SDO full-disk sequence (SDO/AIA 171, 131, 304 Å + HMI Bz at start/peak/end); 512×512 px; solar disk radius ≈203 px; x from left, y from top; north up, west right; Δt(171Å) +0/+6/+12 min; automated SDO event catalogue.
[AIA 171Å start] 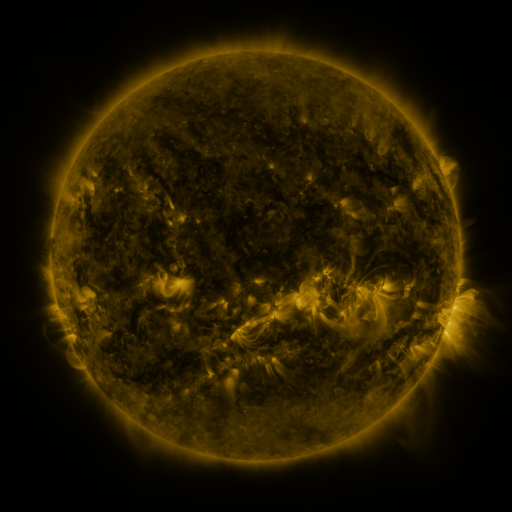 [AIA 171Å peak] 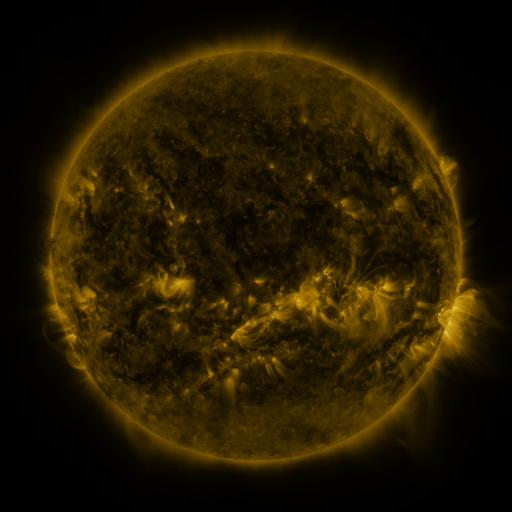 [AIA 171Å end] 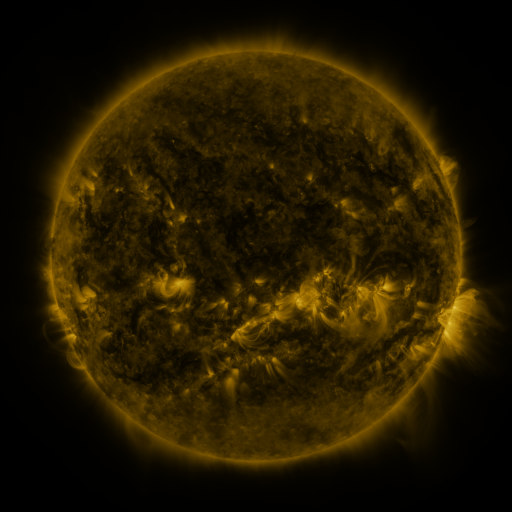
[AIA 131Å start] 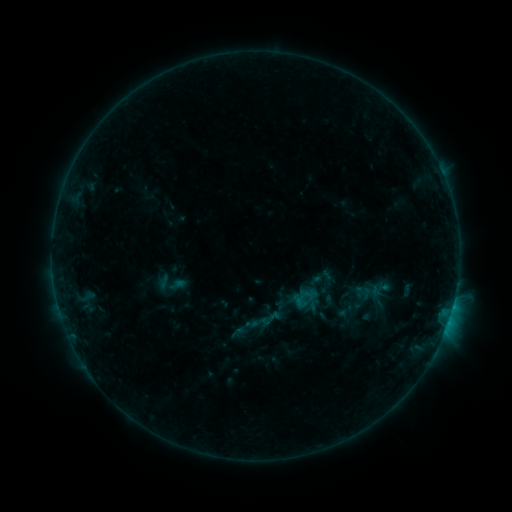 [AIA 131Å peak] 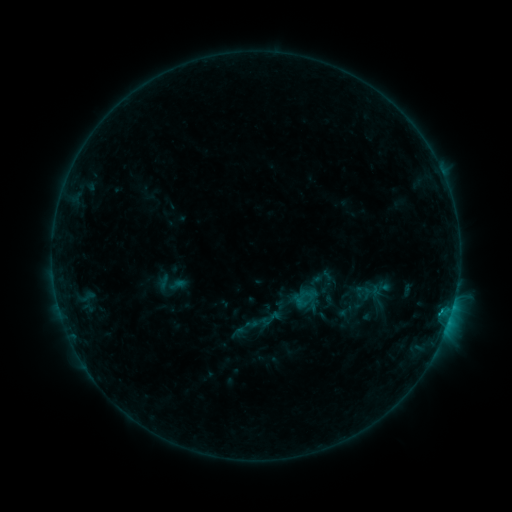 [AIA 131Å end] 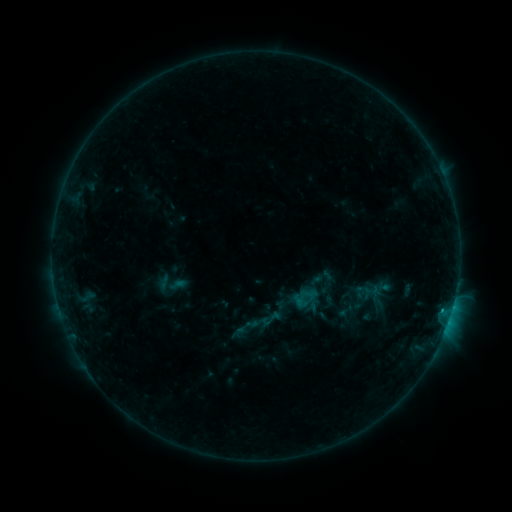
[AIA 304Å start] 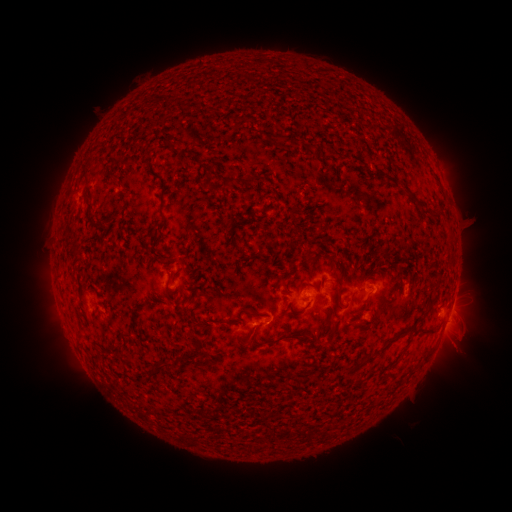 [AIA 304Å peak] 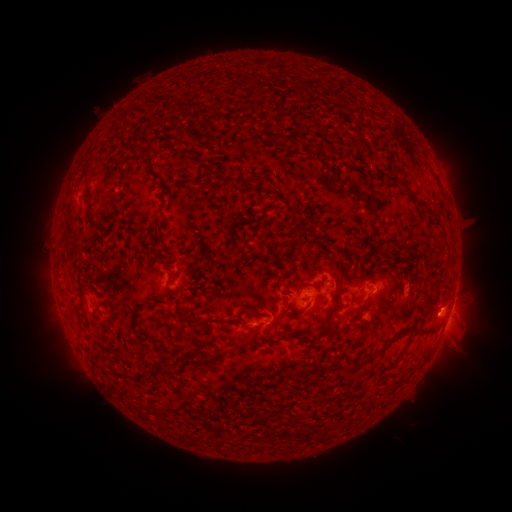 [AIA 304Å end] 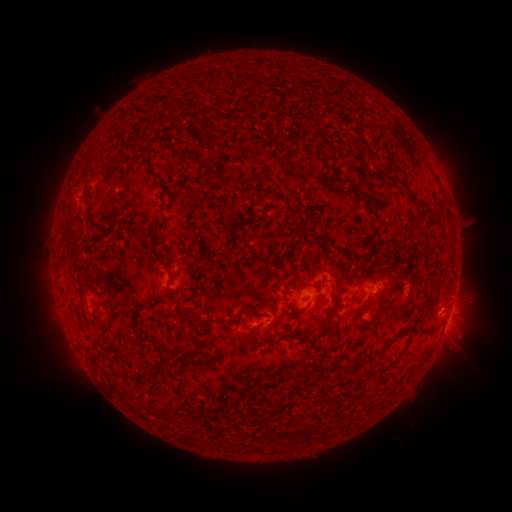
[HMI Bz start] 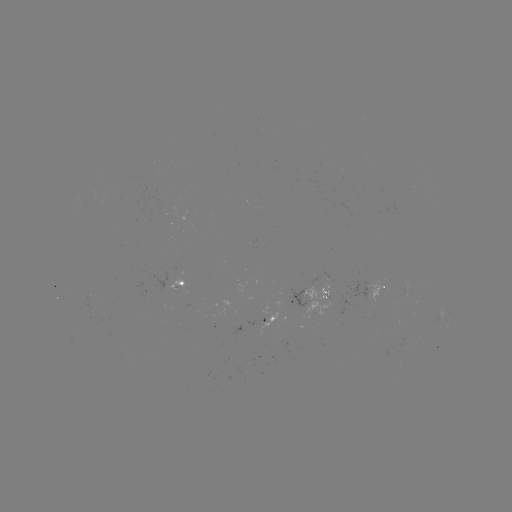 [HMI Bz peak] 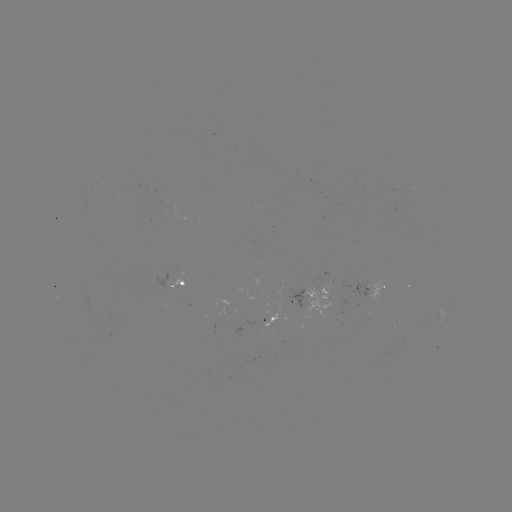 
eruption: (423, 279, 479, 328)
